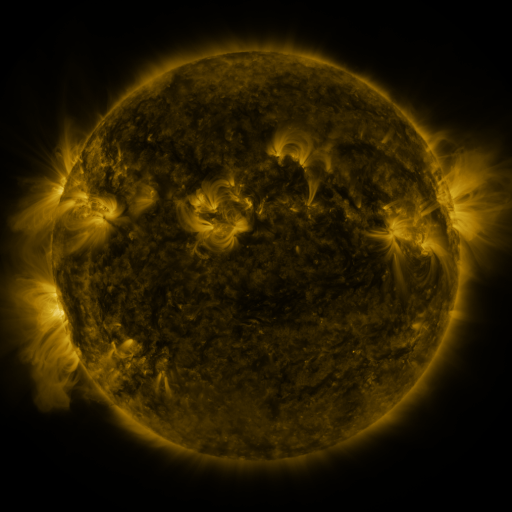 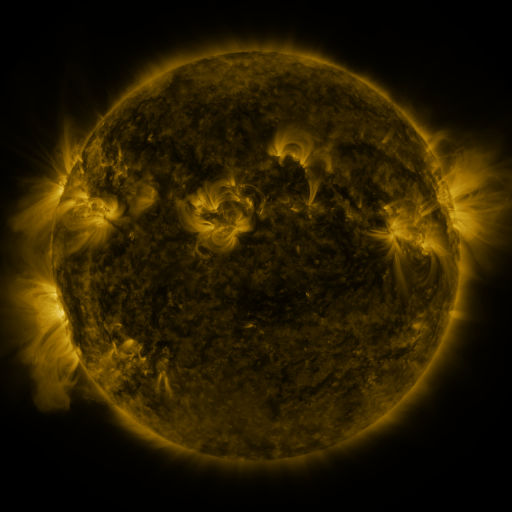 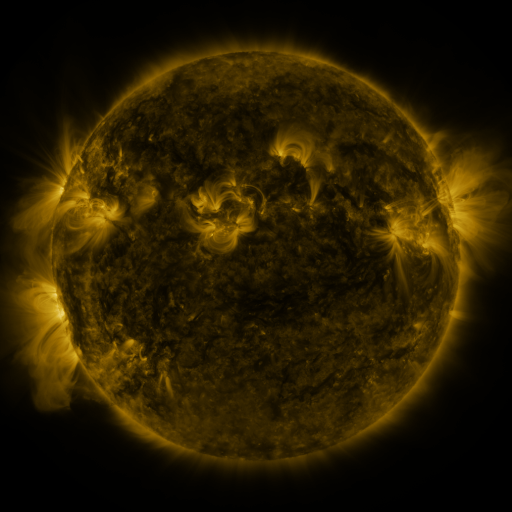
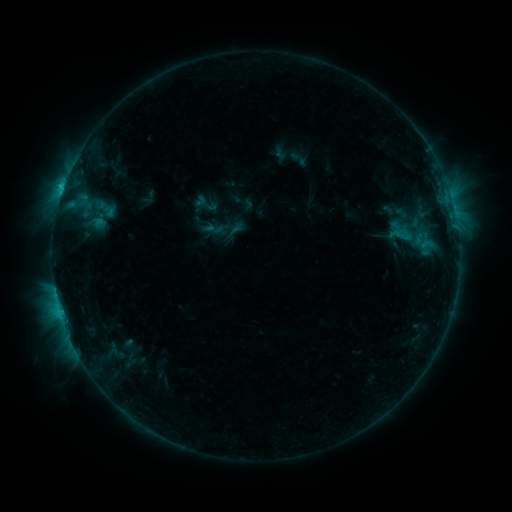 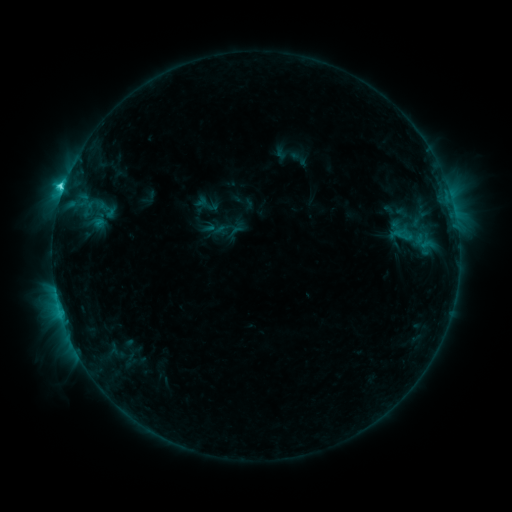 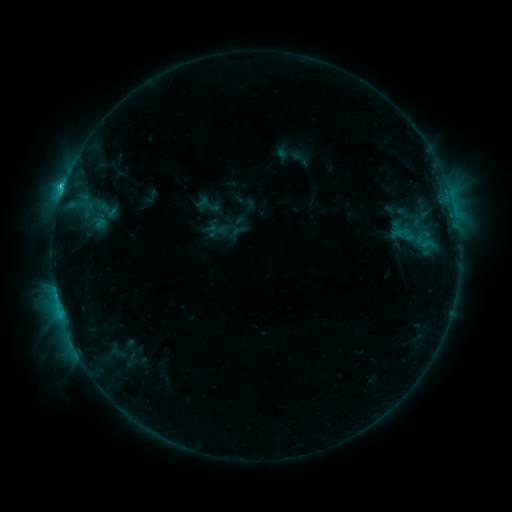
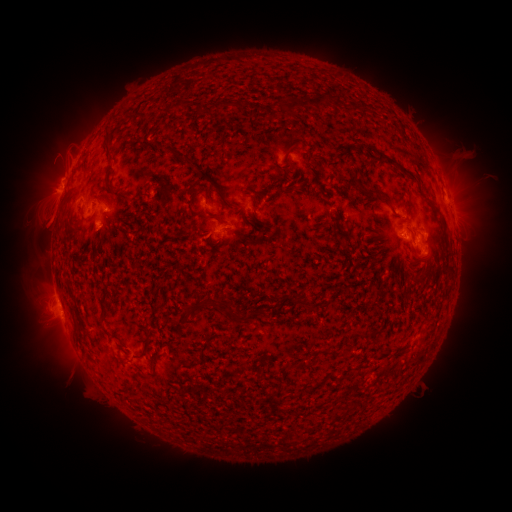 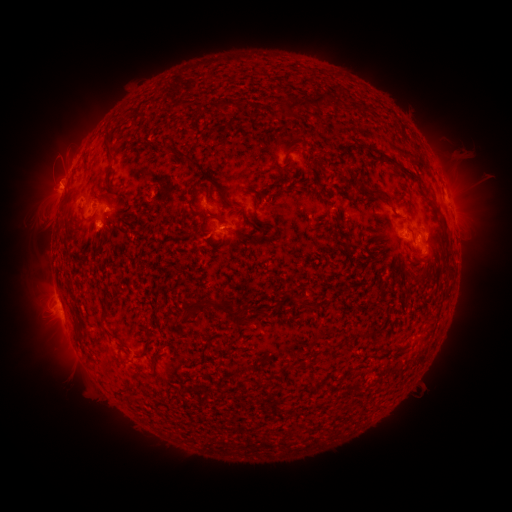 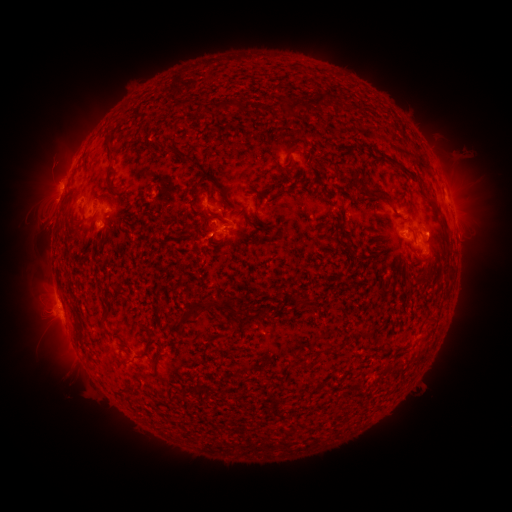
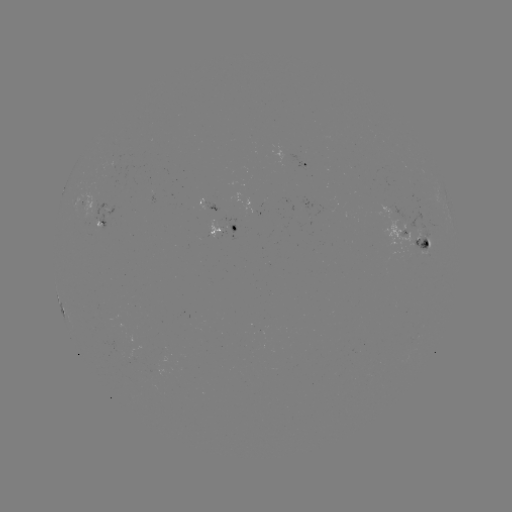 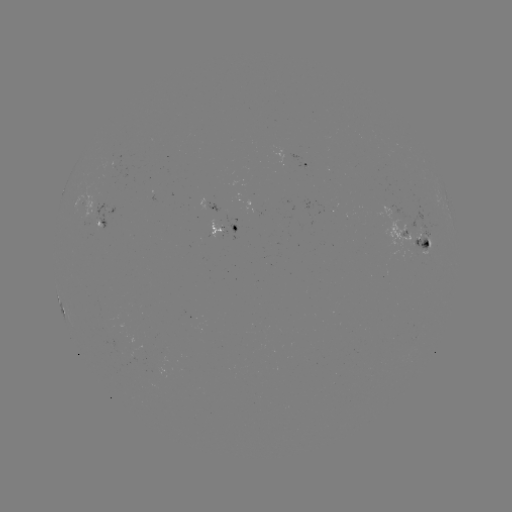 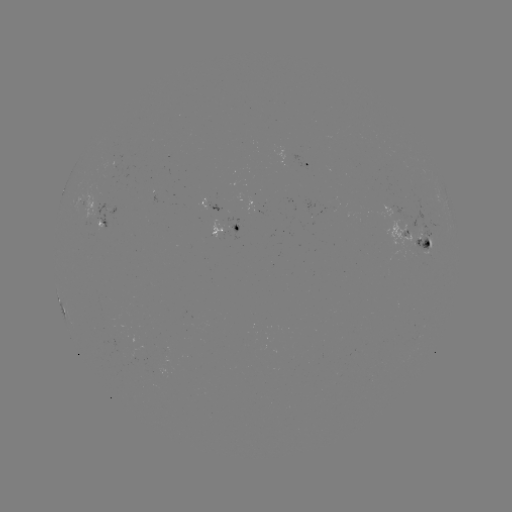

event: flare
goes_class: C3.2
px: (63, 190)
